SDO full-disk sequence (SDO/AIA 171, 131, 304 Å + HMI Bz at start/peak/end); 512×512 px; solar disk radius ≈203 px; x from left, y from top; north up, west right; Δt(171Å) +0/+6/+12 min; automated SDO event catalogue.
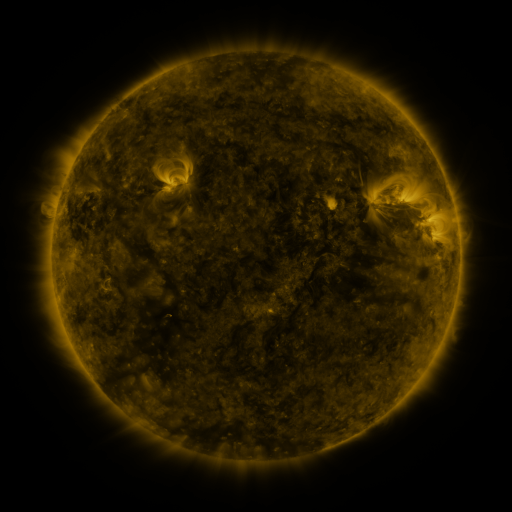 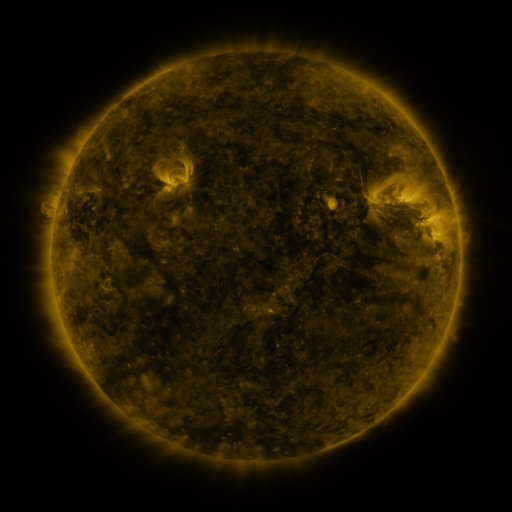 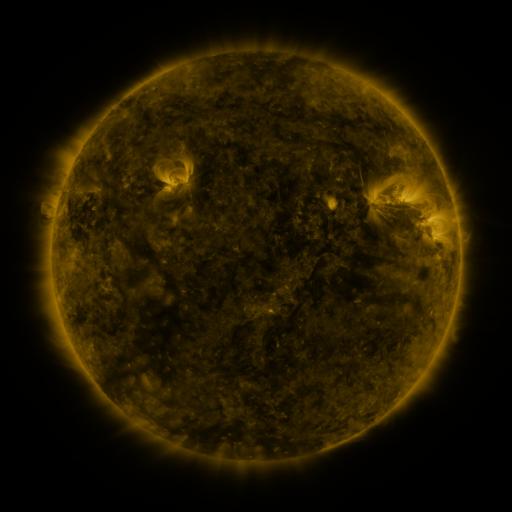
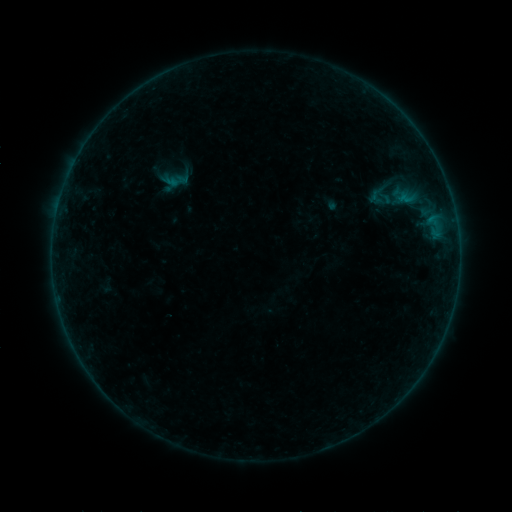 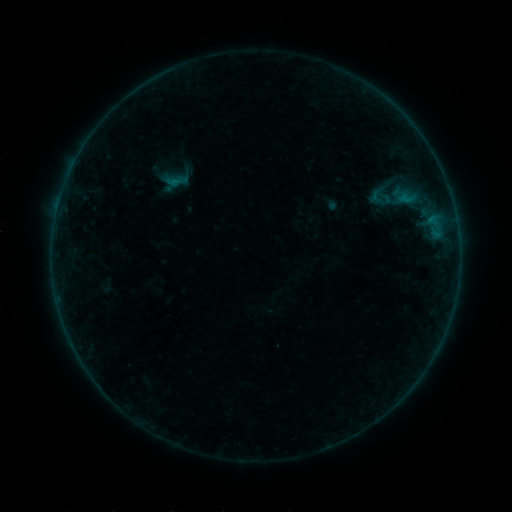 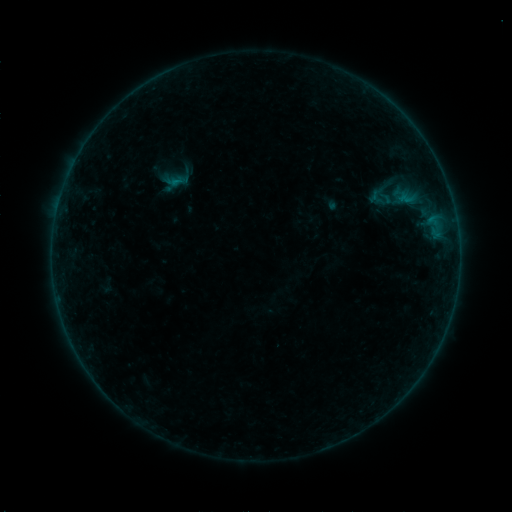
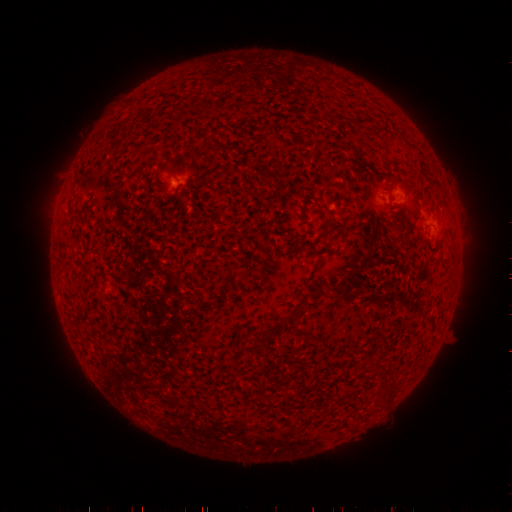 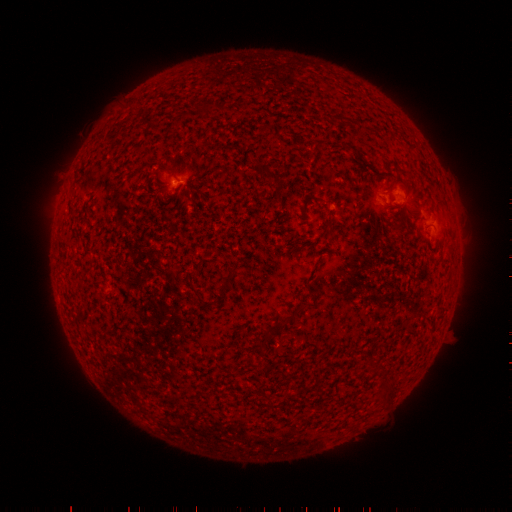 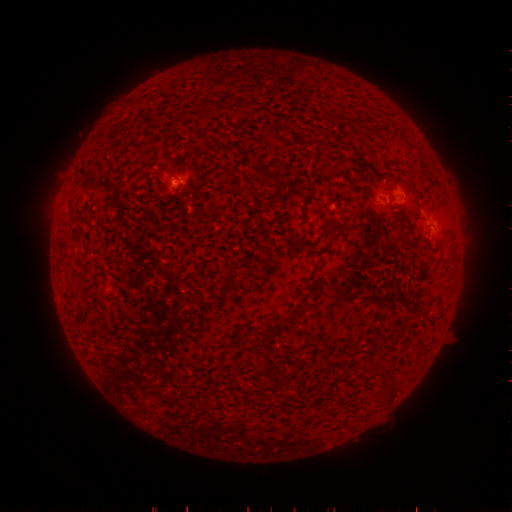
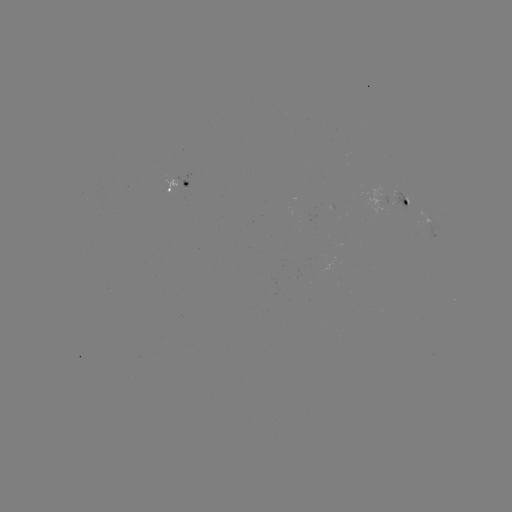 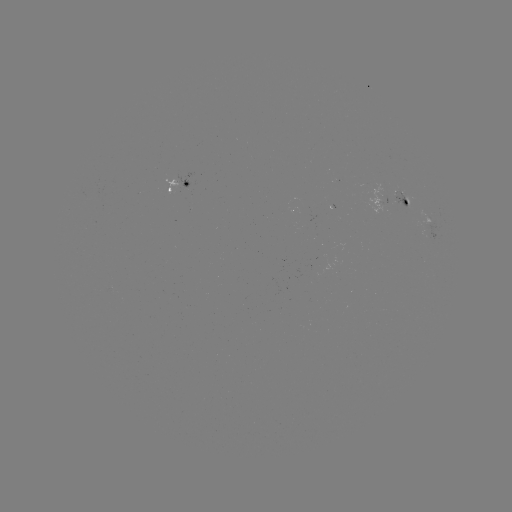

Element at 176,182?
B2.3 flare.